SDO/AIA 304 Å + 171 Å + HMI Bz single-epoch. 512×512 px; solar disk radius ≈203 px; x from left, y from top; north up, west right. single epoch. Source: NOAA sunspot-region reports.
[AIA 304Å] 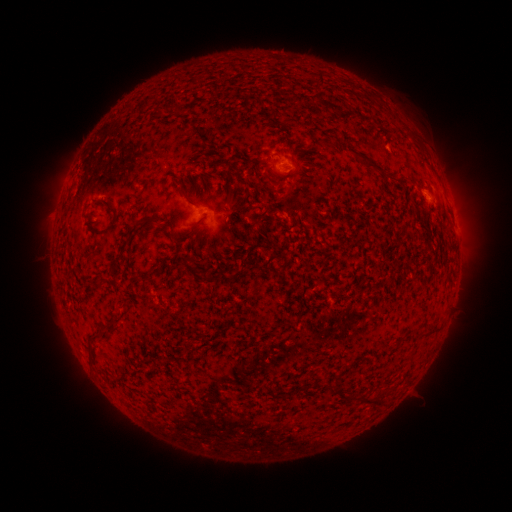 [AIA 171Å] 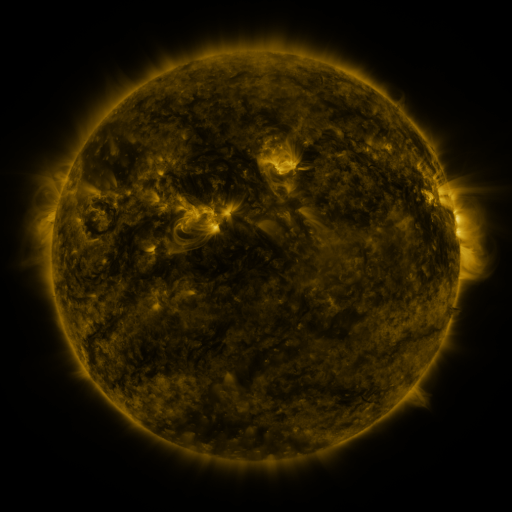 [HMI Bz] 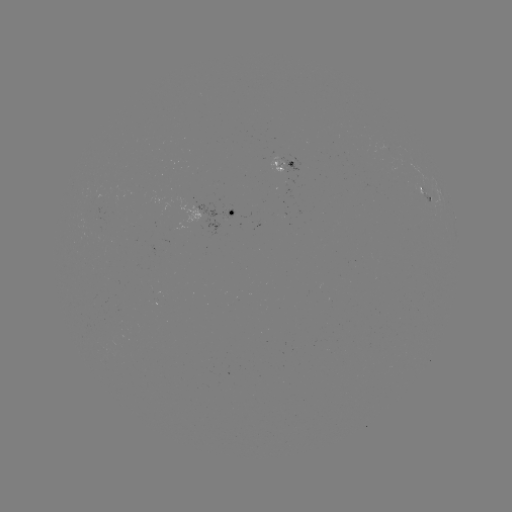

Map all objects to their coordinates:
spotted active region: (286, 166)
spotted active region: (419, 193)
spotted active region: (227, 213)
spotted active region: (455, 224)
